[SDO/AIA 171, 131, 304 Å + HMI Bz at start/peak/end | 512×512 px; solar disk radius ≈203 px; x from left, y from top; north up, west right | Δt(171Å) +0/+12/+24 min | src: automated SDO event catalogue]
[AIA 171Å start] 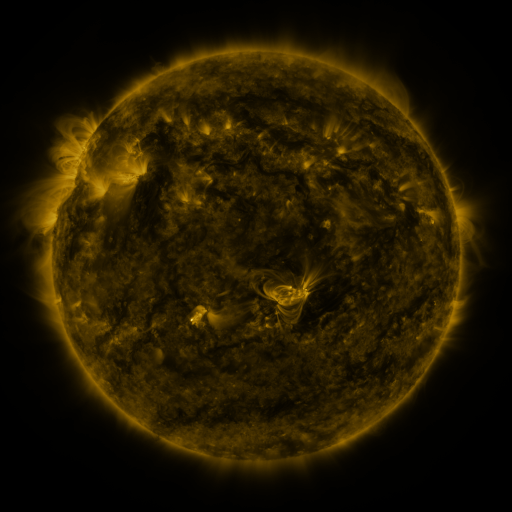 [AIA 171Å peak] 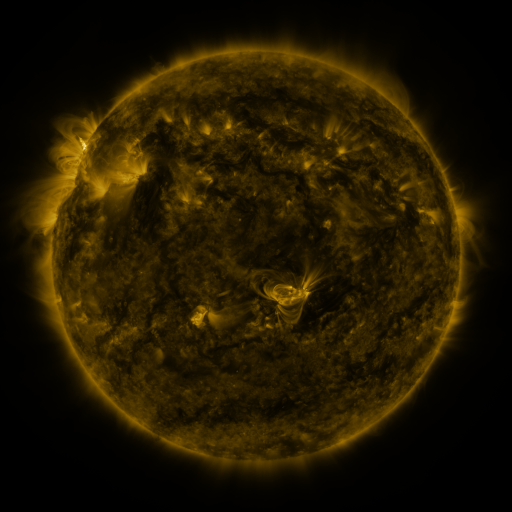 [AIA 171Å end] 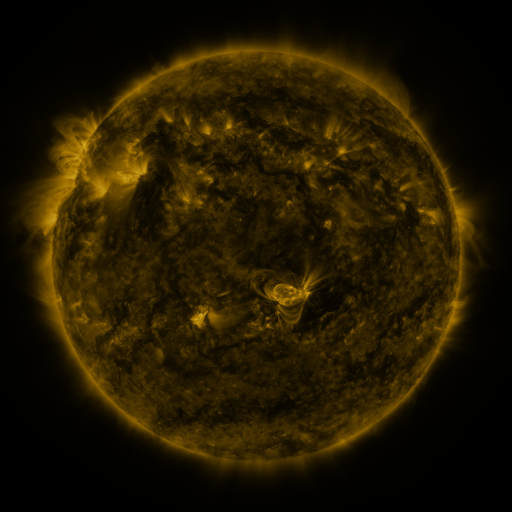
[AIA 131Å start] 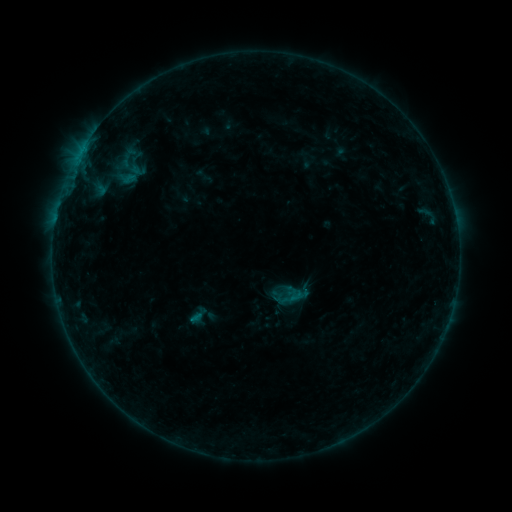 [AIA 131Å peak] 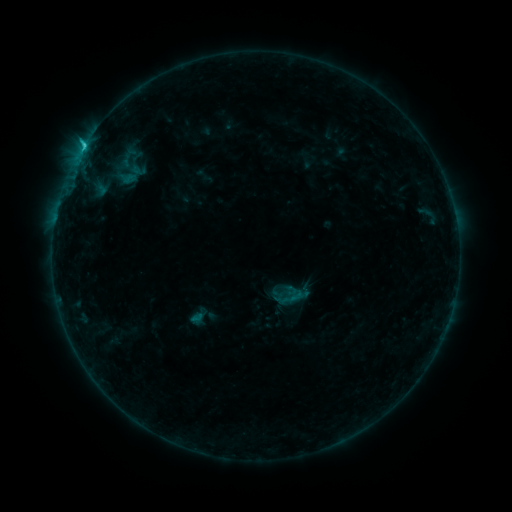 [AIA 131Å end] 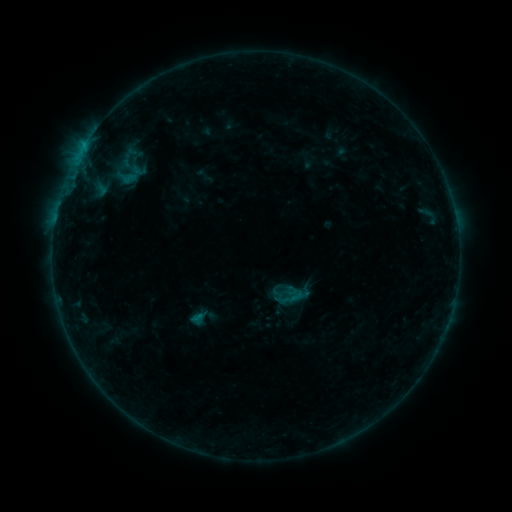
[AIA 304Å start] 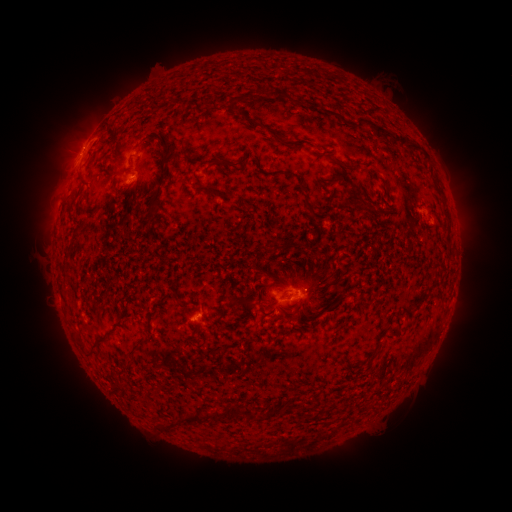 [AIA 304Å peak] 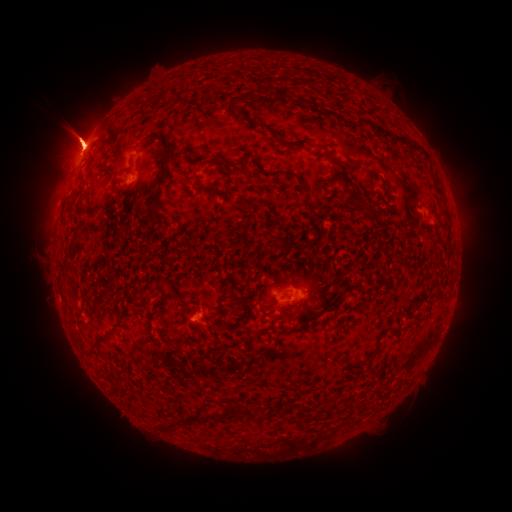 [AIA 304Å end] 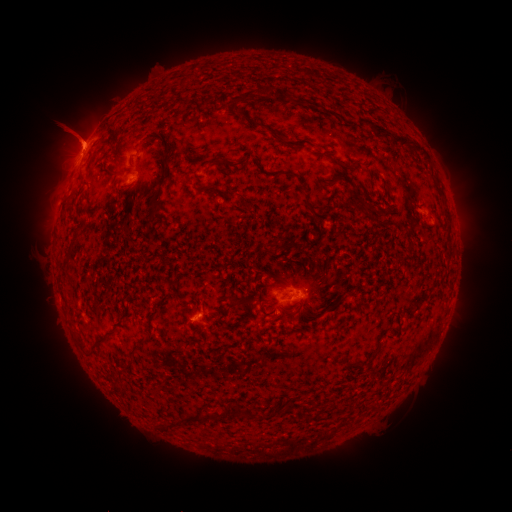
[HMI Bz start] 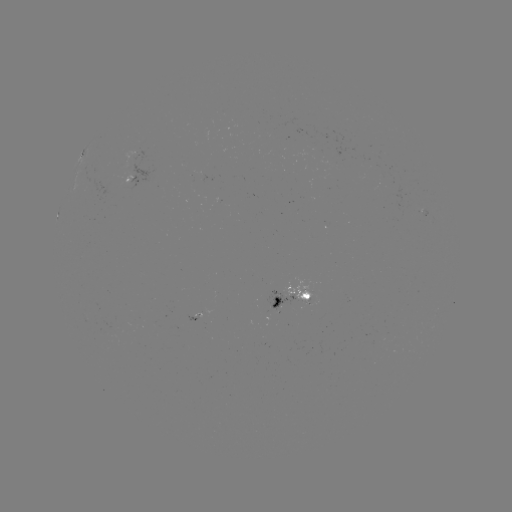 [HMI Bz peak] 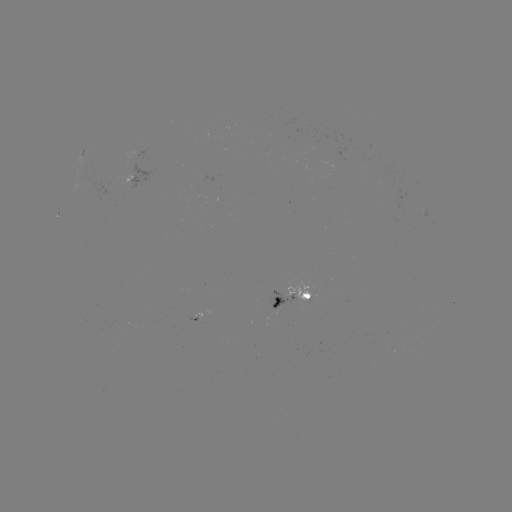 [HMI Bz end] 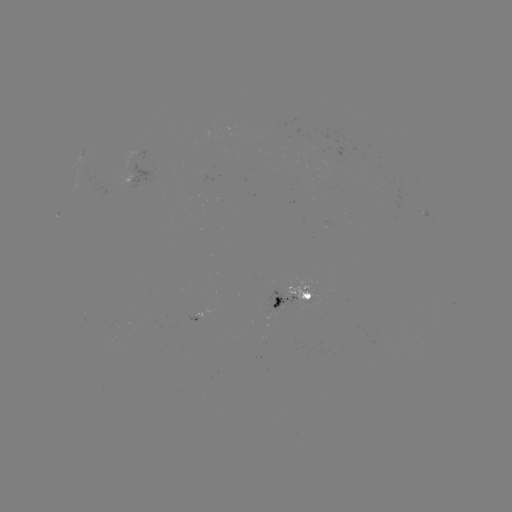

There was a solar eruption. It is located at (78, 137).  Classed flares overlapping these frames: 1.